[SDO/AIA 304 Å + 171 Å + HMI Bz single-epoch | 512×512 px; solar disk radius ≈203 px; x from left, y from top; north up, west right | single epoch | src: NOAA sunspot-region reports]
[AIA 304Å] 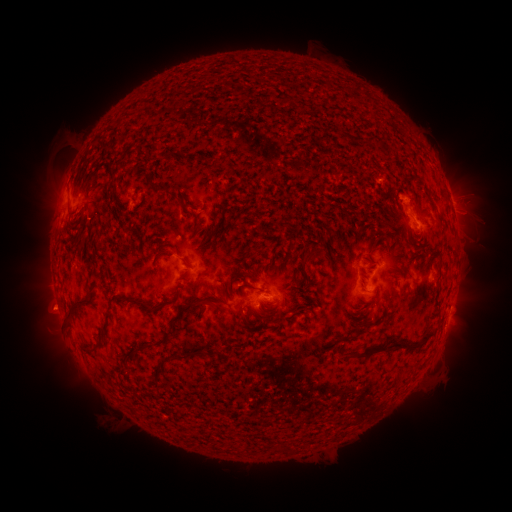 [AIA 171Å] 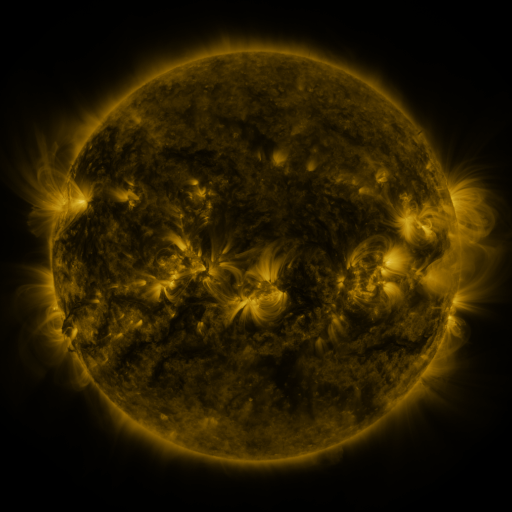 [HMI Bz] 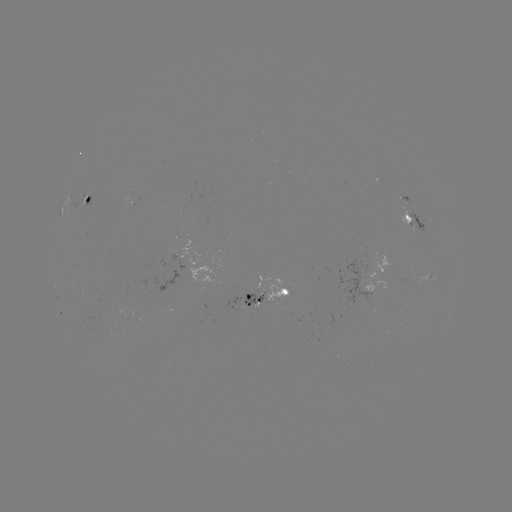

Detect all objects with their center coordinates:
spotted active region: (88, 200)
spotted active region: (451, 200)
spotted active region: (413, 218)
spotted active region: (385, 264)
spotted active region: (431, 275)
spotted active region: (272, 297)
spotted active region: (449, 313)
